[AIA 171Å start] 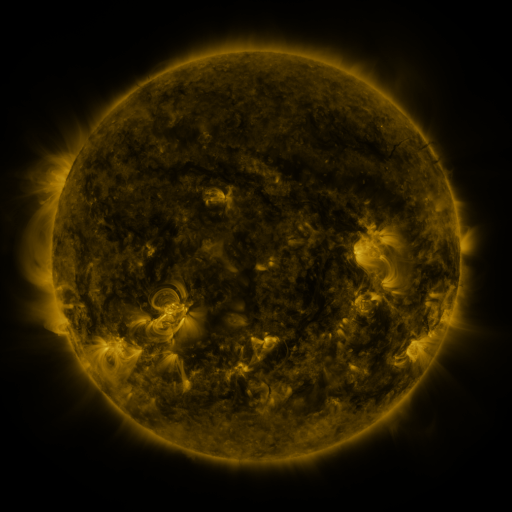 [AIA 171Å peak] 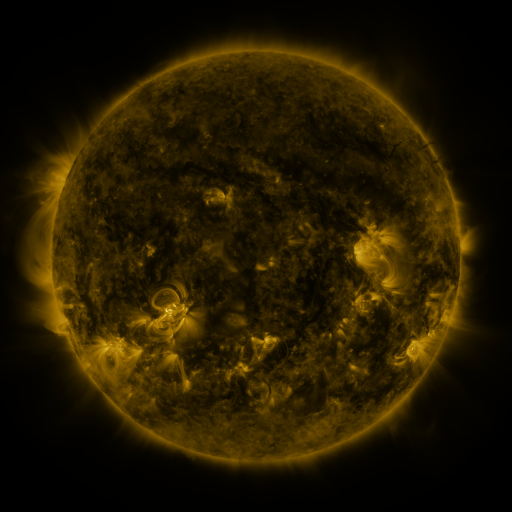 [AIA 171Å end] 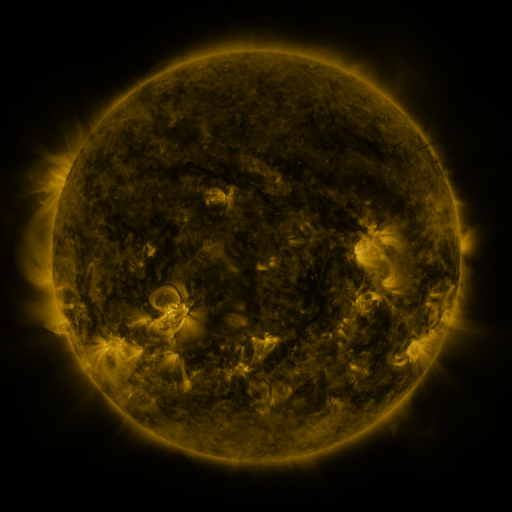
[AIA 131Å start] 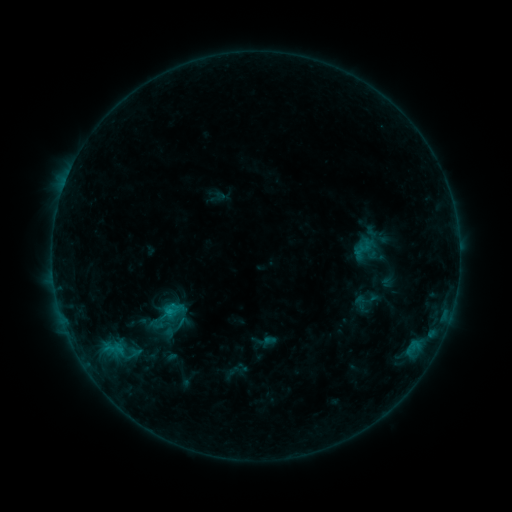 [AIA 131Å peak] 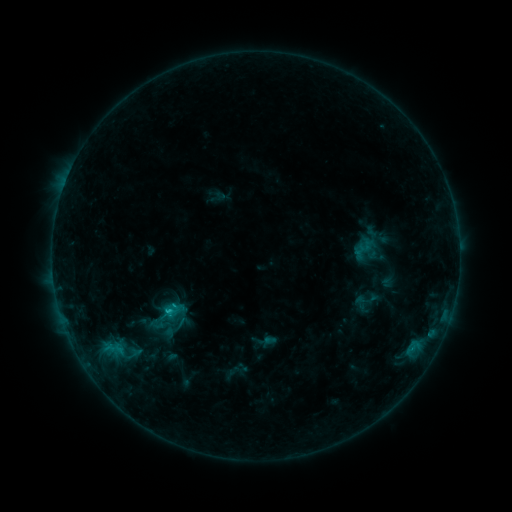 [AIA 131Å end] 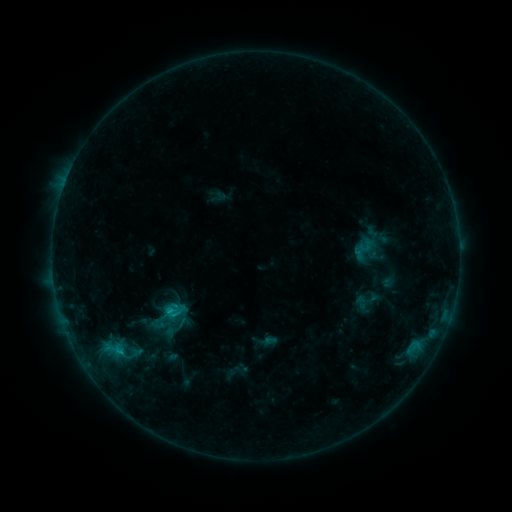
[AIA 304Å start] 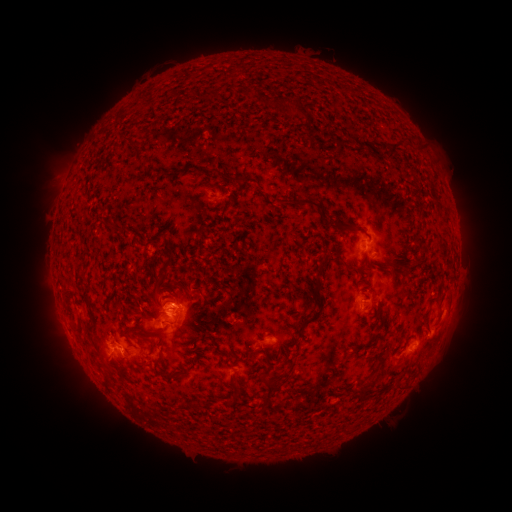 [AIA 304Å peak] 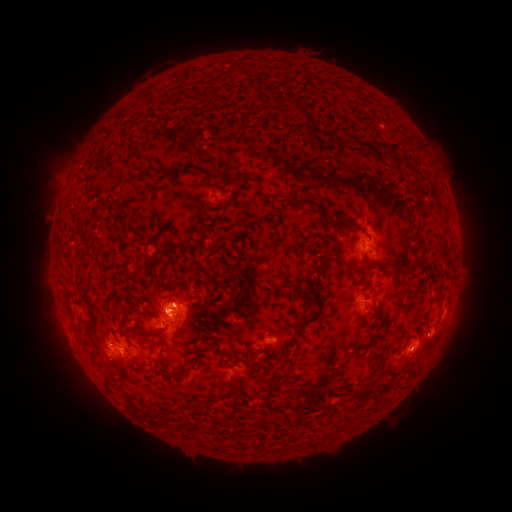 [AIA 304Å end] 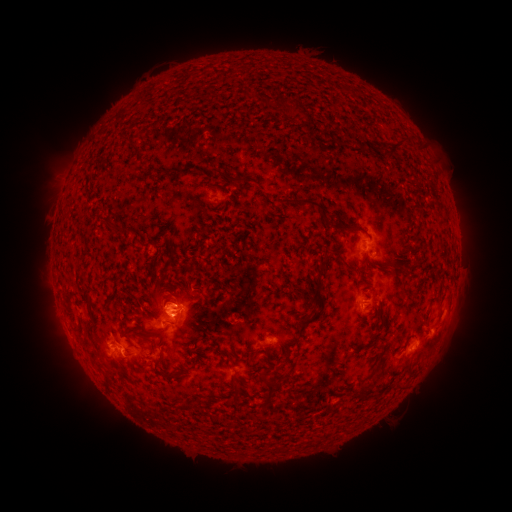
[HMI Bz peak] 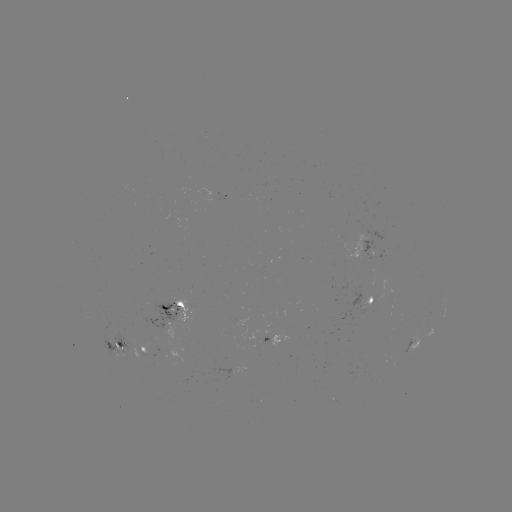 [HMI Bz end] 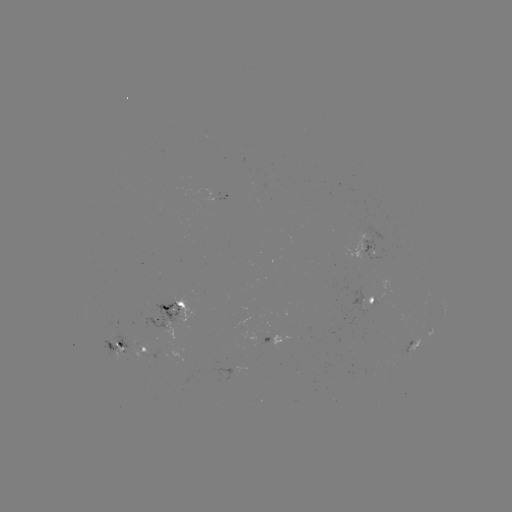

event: flare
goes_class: C1.1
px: (171, 310)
